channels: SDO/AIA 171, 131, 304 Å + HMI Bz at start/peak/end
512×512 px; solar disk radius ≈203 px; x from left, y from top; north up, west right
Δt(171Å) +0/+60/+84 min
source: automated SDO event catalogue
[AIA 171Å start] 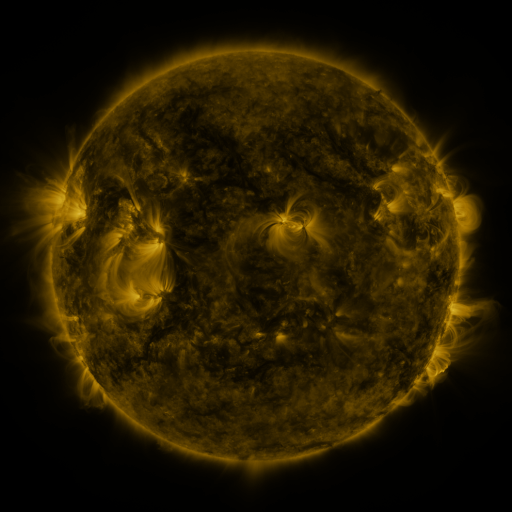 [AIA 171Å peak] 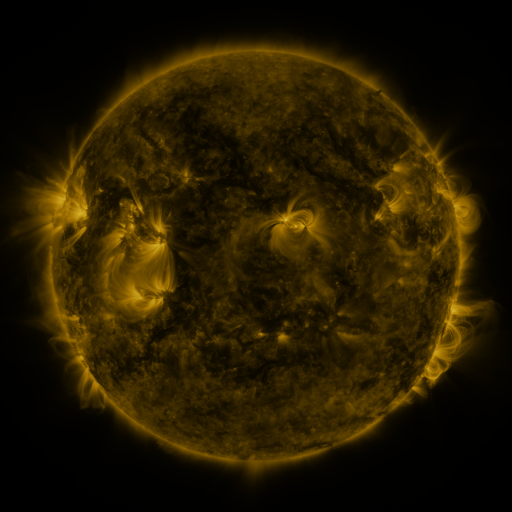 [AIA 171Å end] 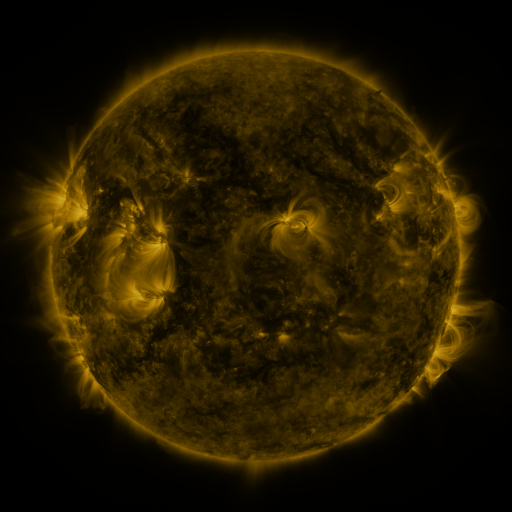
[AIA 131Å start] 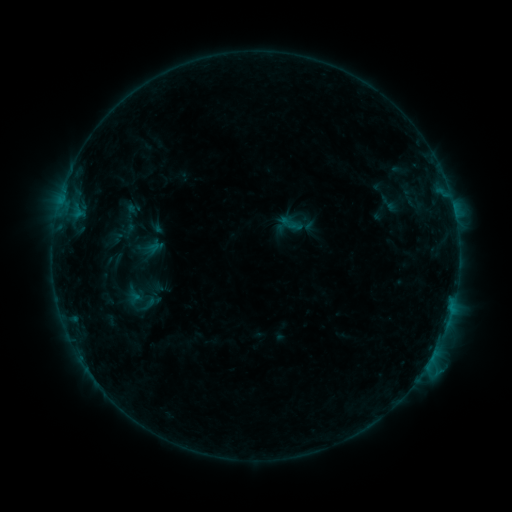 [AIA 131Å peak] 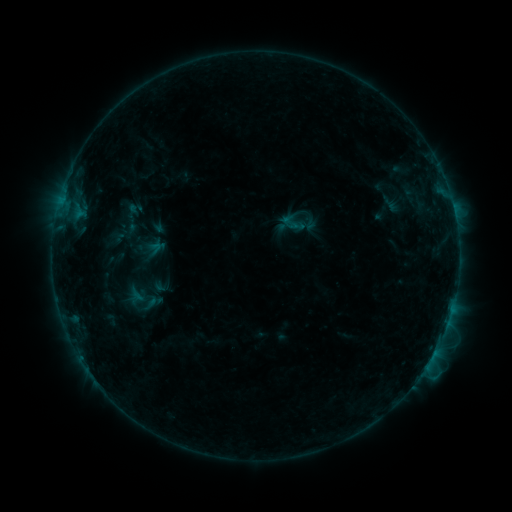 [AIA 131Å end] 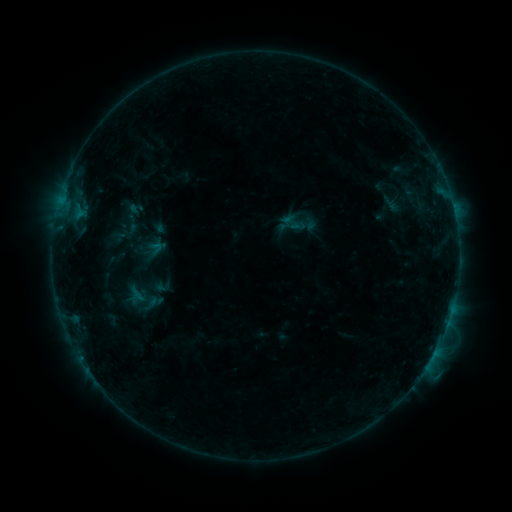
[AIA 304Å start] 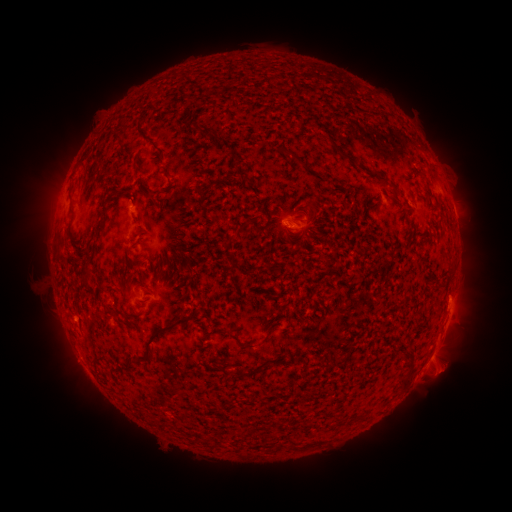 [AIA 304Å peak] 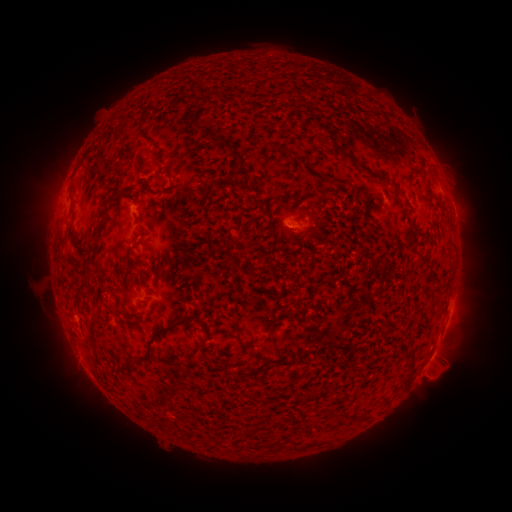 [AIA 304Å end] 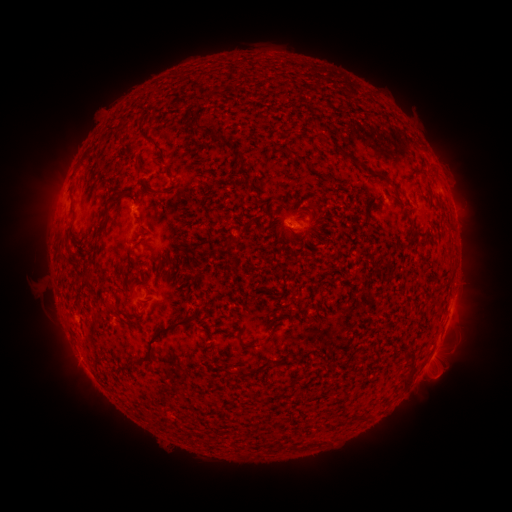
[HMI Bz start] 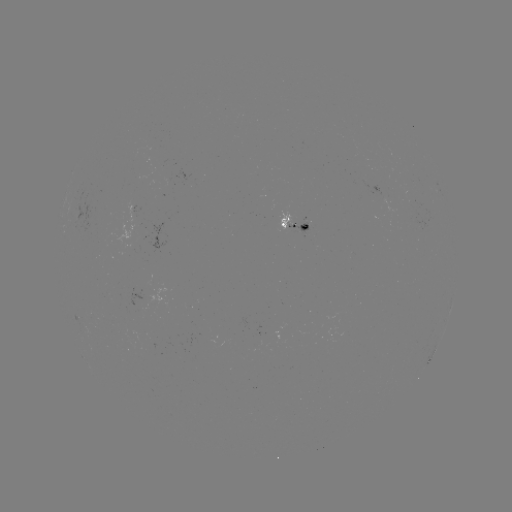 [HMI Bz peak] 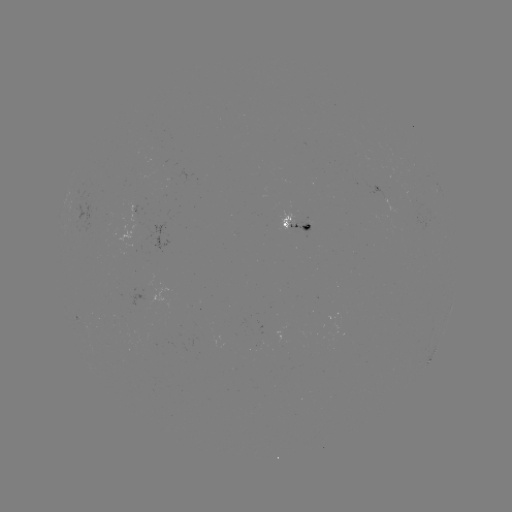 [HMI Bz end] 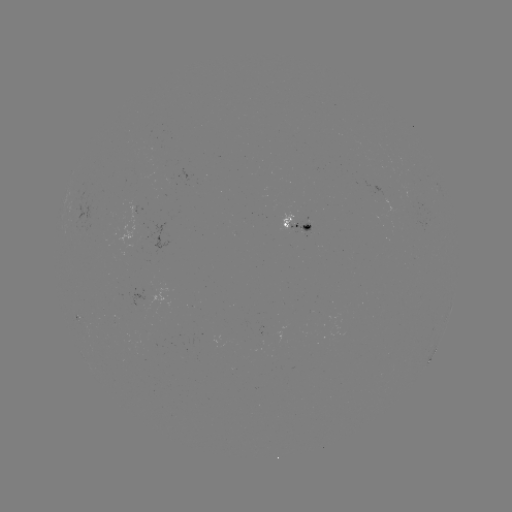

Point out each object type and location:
emerging-flux region: (291, 226)
